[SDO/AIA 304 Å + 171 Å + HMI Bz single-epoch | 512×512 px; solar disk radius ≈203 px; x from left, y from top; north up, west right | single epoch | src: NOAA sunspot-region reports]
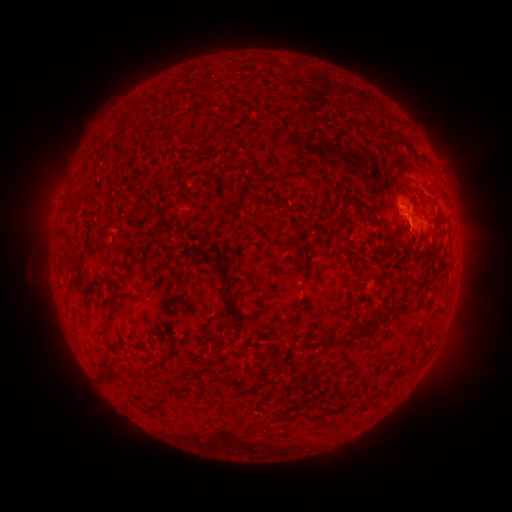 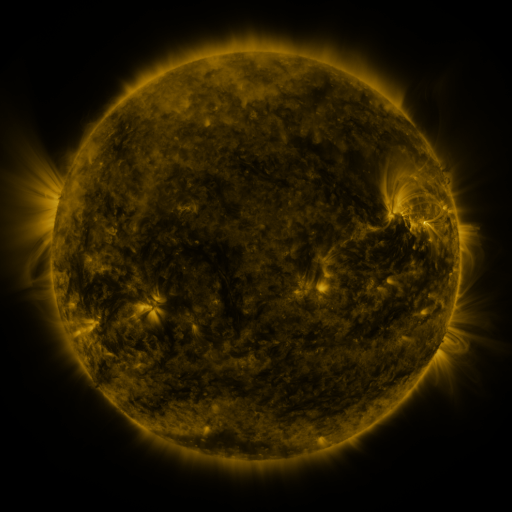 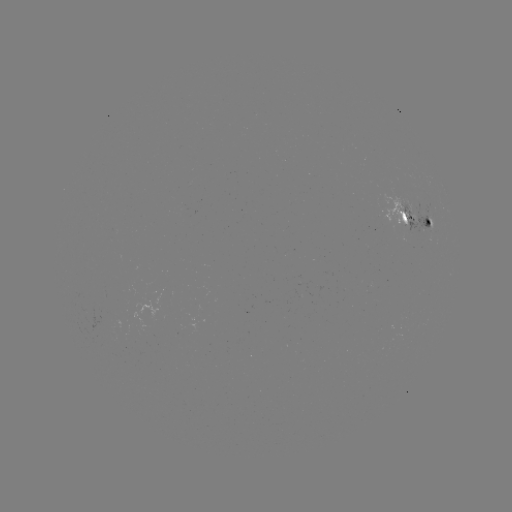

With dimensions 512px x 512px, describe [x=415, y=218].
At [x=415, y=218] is spotted active region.